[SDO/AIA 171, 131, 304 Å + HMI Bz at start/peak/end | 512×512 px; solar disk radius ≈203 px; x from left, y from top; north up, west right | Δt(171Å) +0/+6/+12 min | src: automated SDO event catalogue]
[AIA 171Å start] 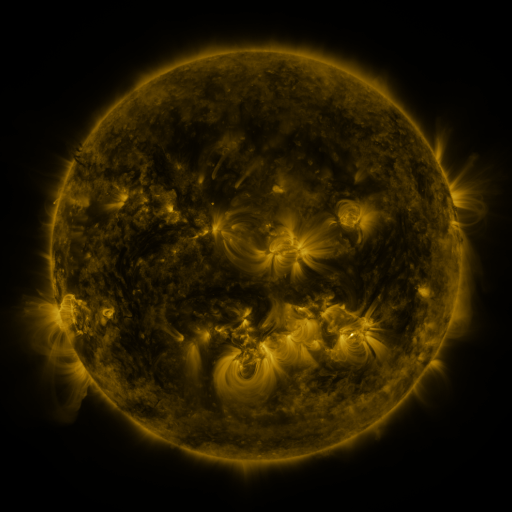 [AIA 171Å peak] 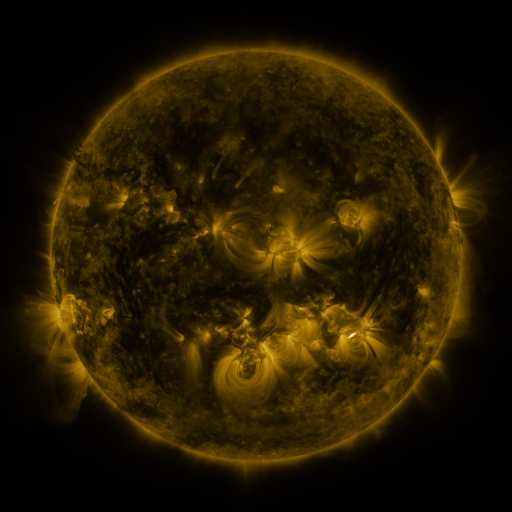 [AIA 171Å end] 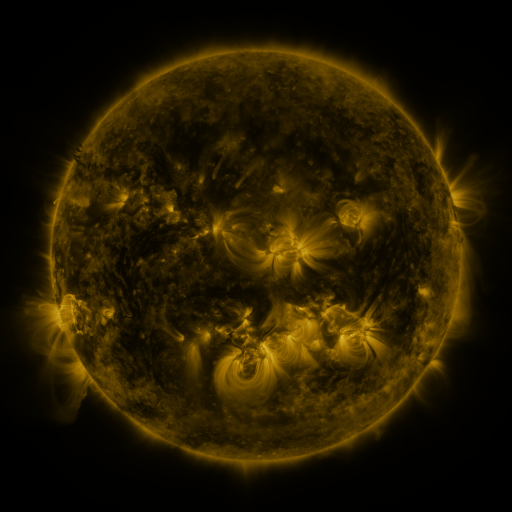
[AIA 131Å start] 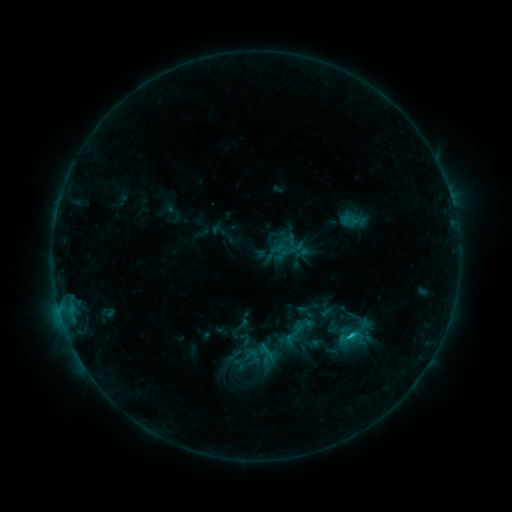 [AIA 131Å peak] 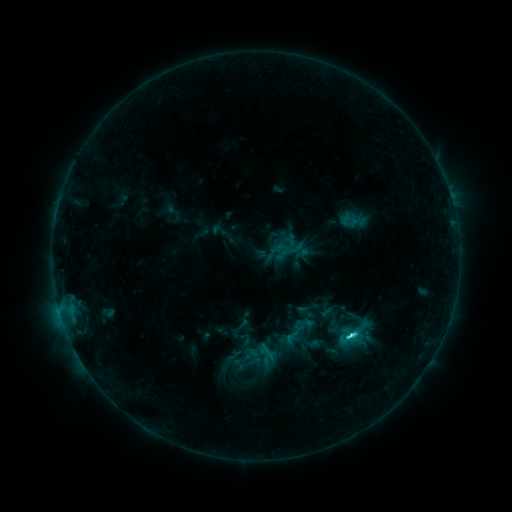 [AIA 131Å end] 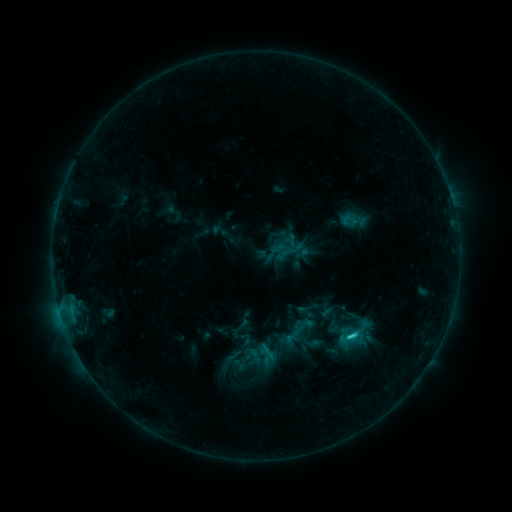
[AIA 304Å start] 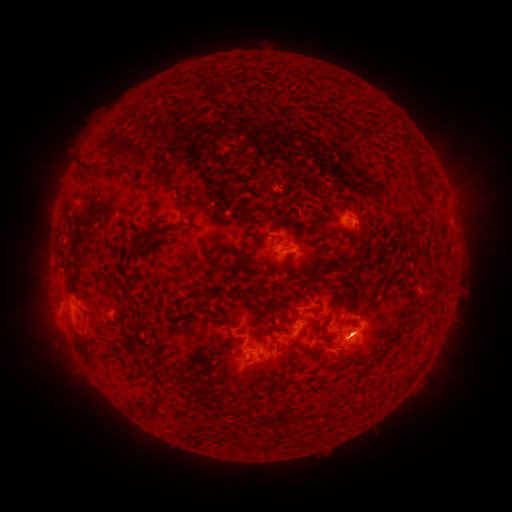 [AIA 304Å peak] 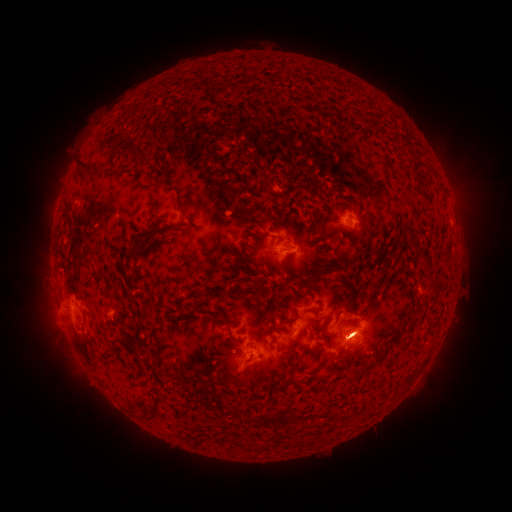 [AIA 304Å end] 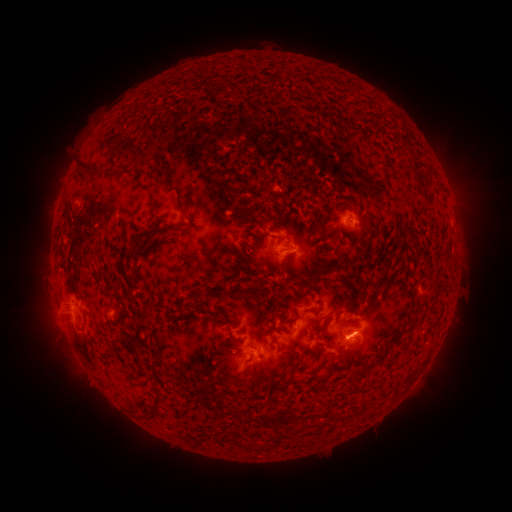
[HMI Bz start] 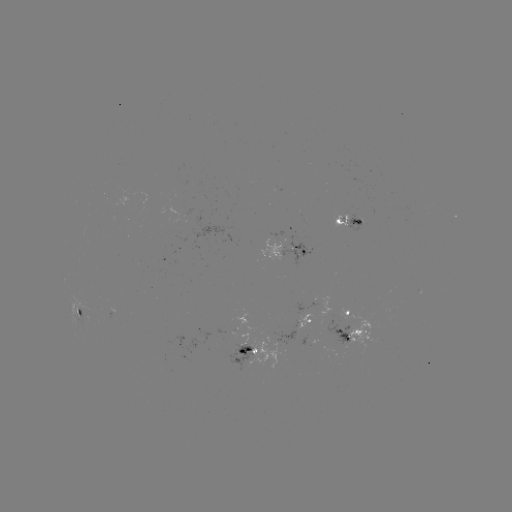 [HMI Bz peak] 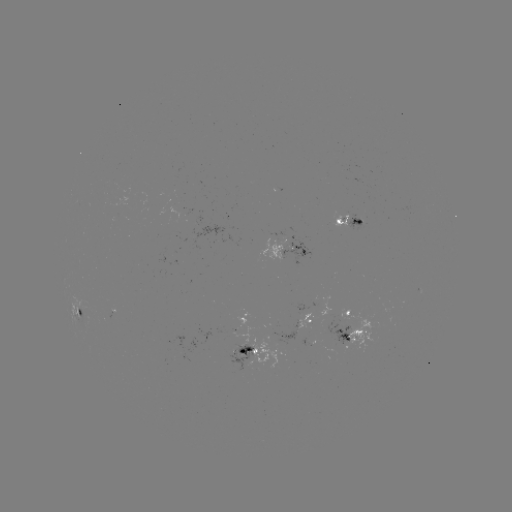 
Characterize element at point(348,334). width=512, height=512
C3.1 flare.